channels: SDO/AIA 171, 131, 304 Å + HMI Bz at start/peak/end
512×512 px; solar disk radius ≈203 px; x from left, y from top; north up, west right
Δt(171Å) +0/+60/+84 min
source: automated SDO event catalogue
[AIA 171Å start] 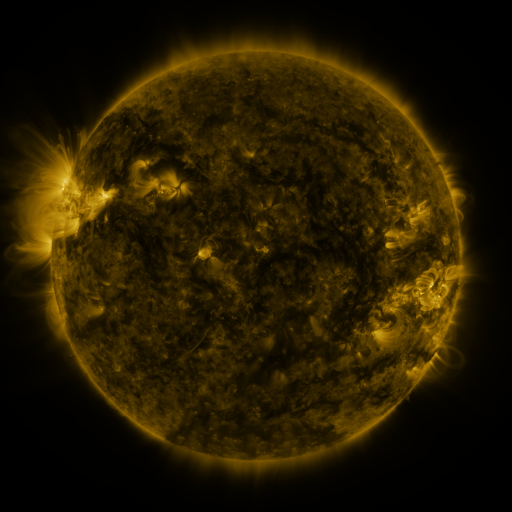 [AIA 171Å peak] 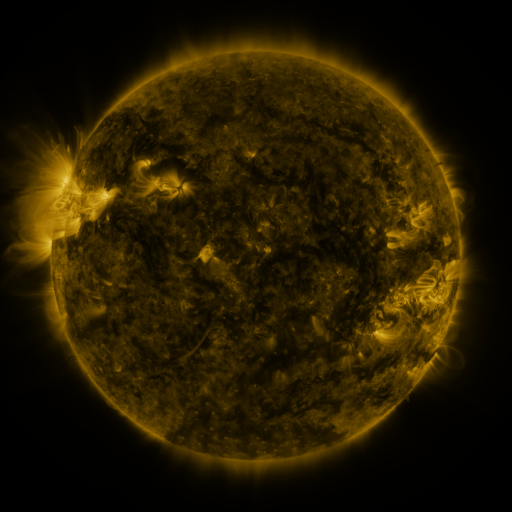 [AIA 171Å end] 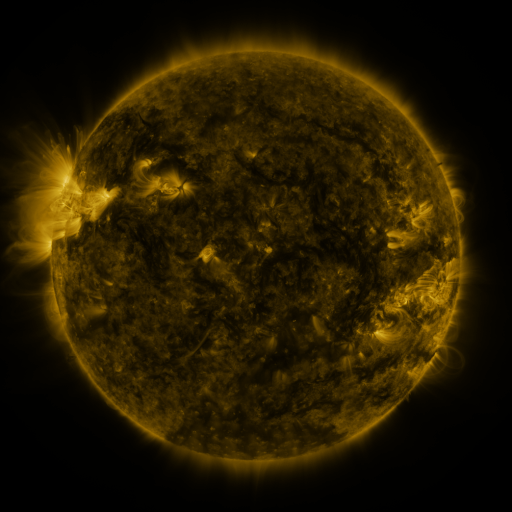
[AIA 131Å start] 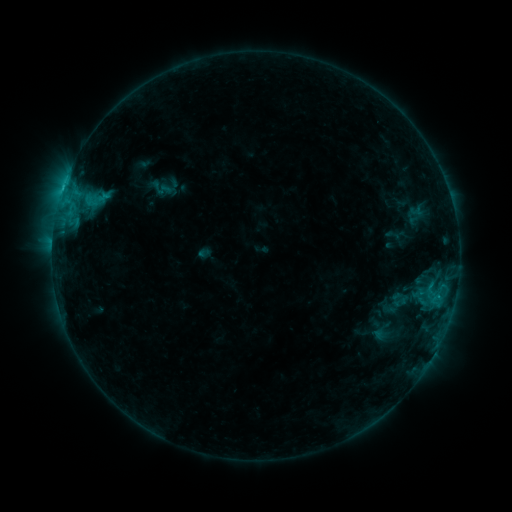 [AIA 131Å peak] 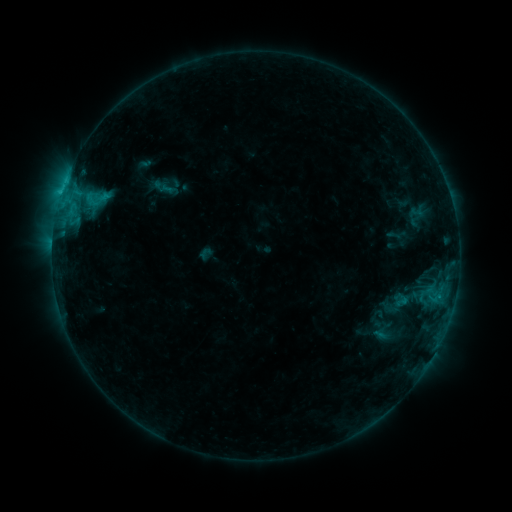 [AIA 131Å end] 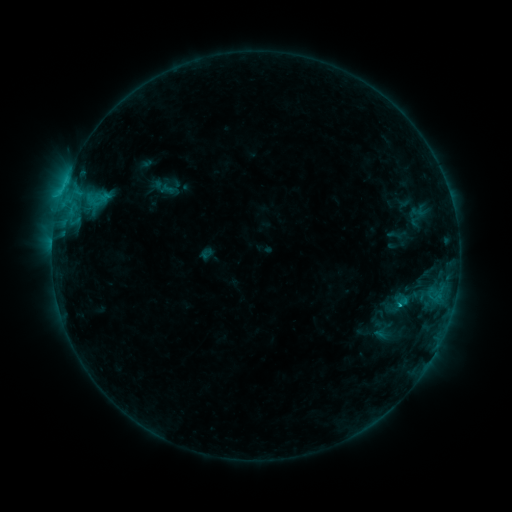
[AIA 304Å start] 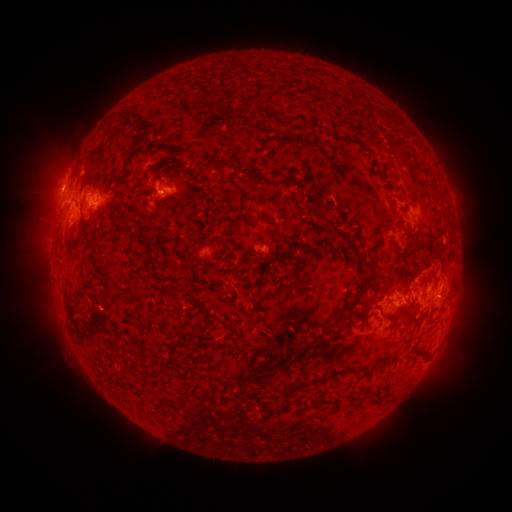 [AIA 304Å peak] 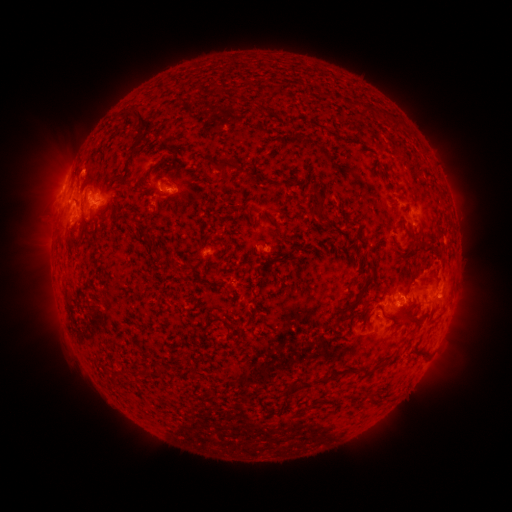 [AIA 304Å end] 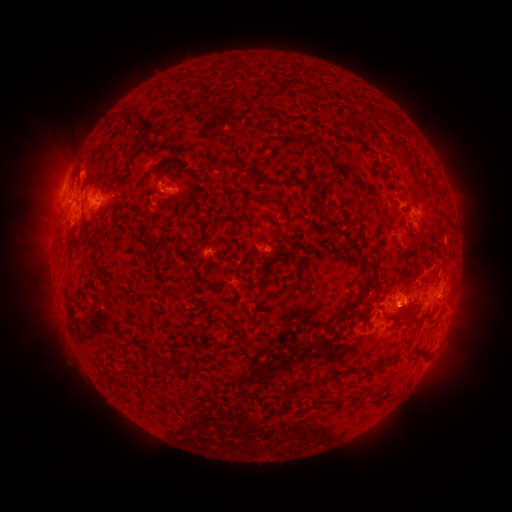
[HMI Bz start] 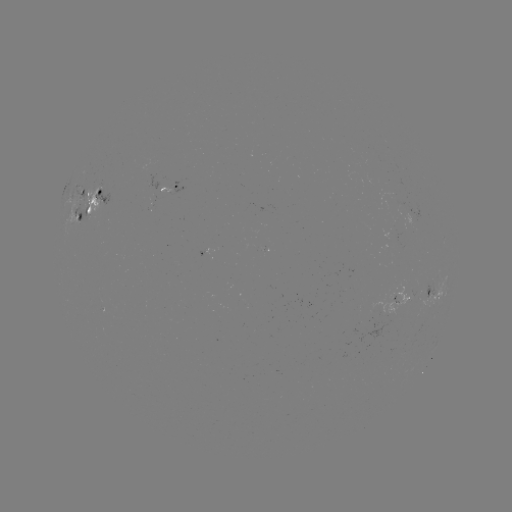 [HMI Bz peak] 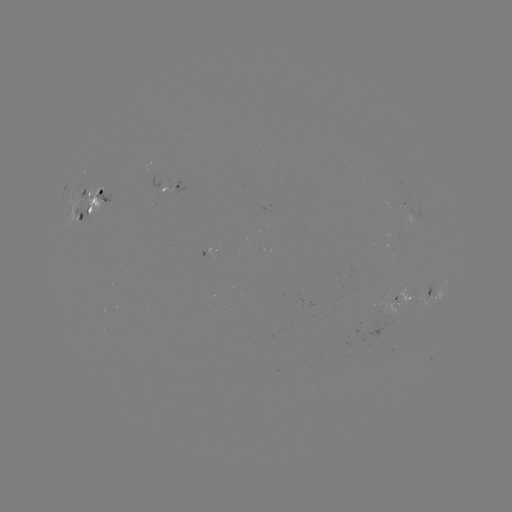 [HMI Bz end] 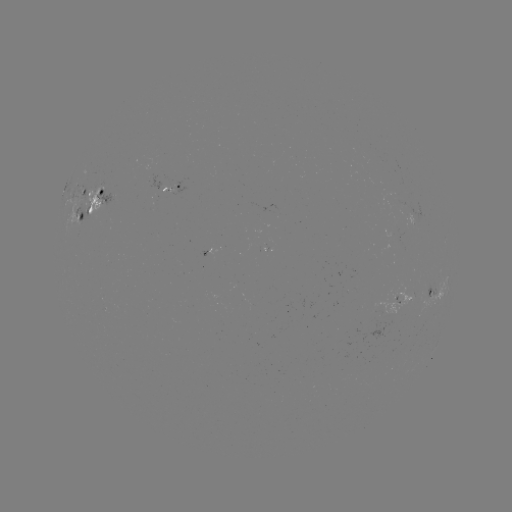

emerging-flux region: (82, 202, 90, 220)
